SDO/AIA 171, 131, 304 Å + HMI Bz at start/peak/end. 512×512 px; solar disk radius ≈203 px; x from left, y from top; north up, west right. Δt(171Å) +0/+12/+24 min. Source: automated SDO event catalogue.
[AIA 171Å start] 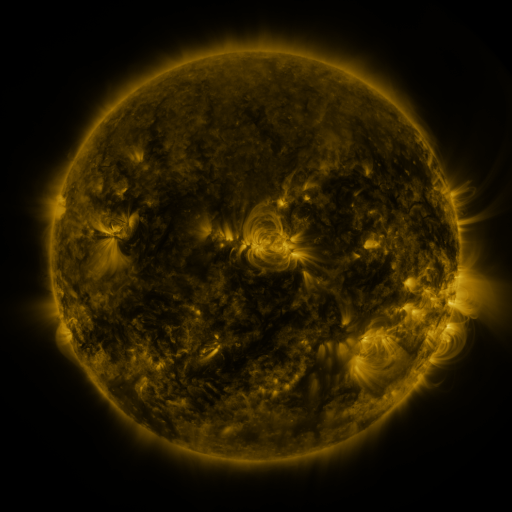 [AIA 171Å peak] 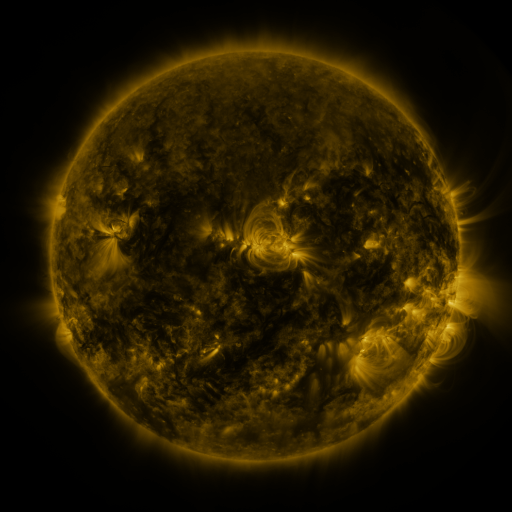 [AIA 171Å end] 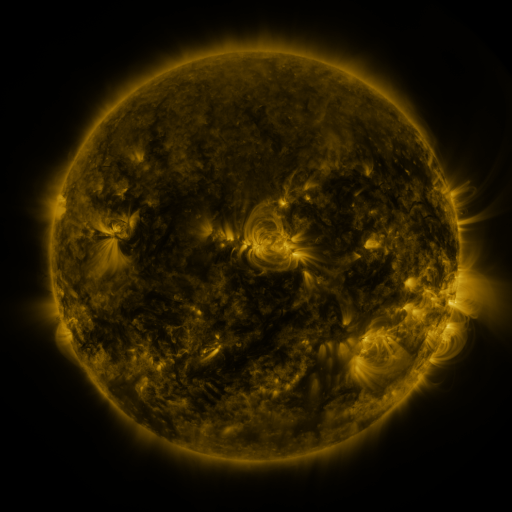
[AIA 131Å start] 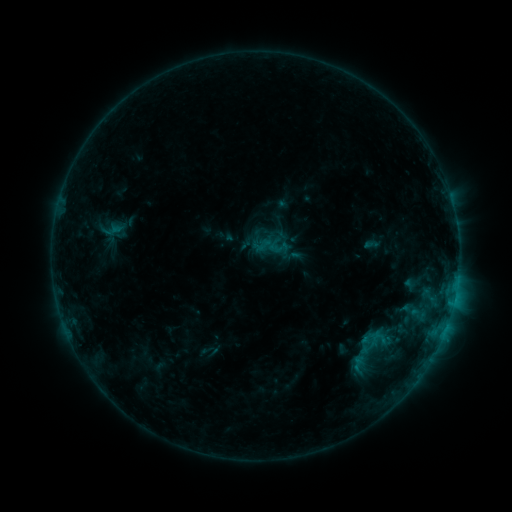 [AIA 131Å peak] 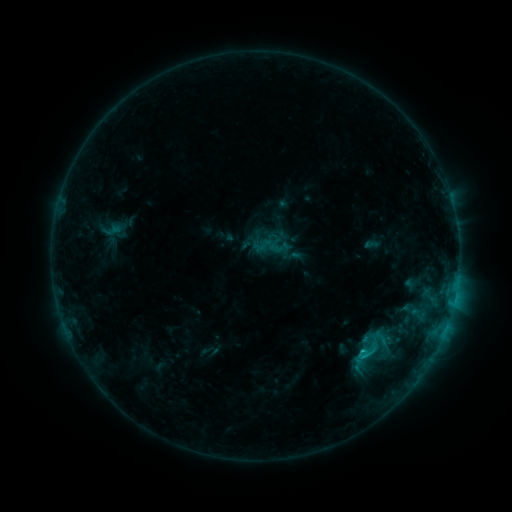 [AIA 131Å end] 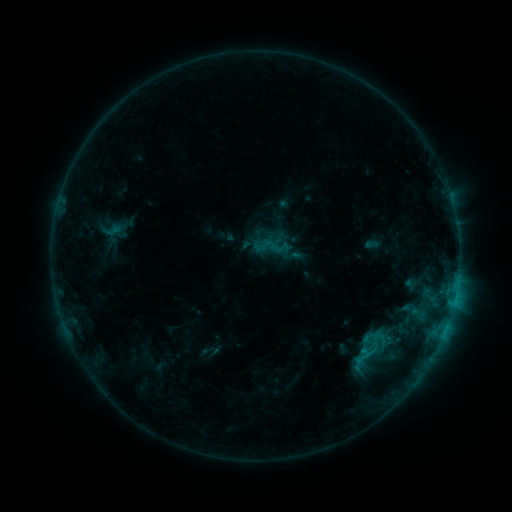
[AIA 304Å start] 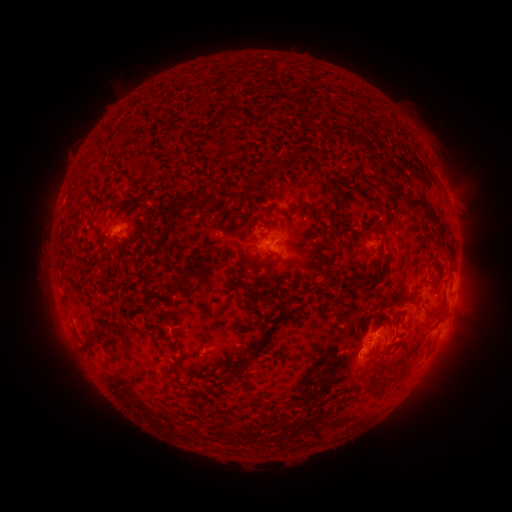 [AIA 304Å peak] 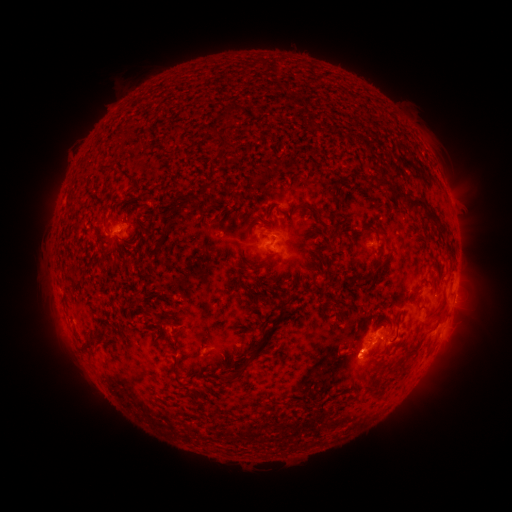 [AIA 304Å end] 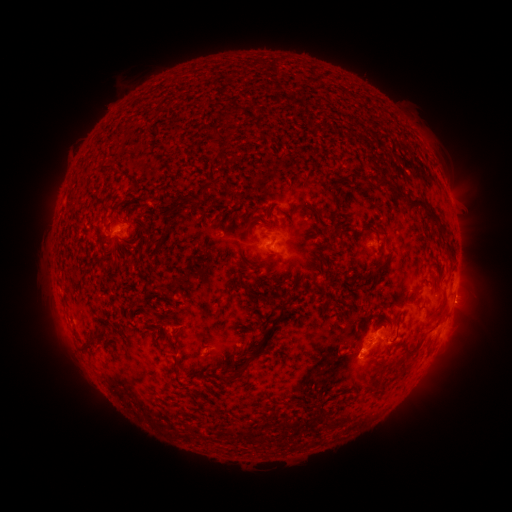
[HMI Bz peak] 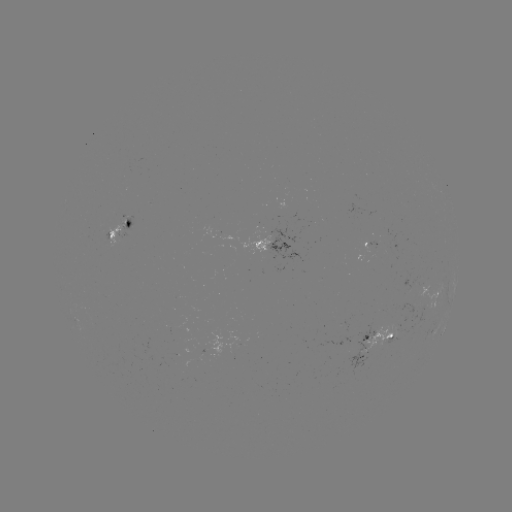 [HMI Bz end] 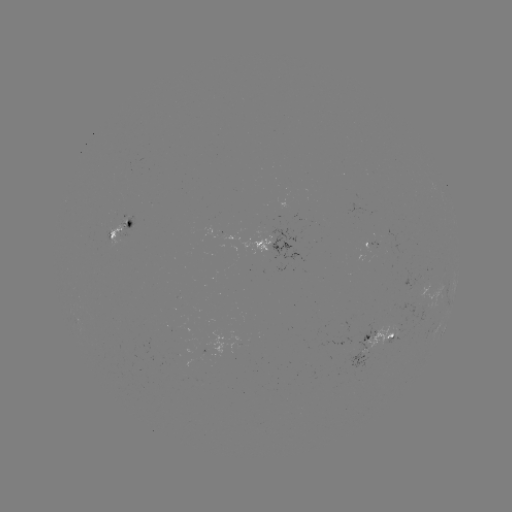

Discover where C1.2 flare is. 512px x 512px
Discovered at [360, 352].